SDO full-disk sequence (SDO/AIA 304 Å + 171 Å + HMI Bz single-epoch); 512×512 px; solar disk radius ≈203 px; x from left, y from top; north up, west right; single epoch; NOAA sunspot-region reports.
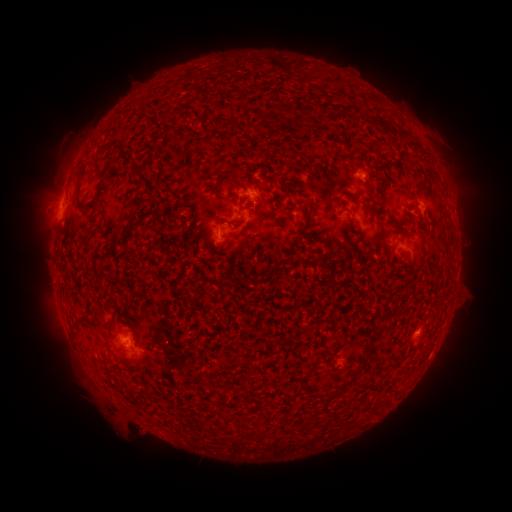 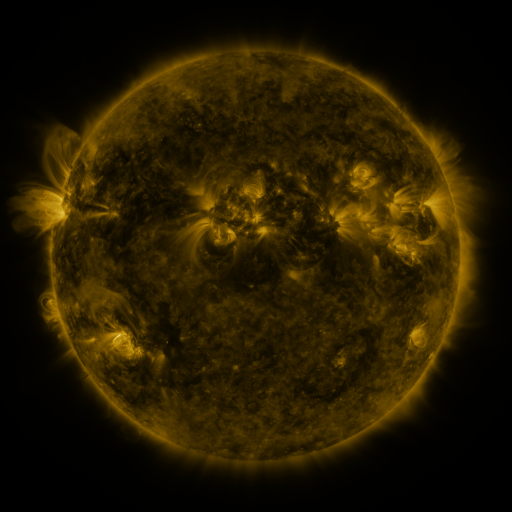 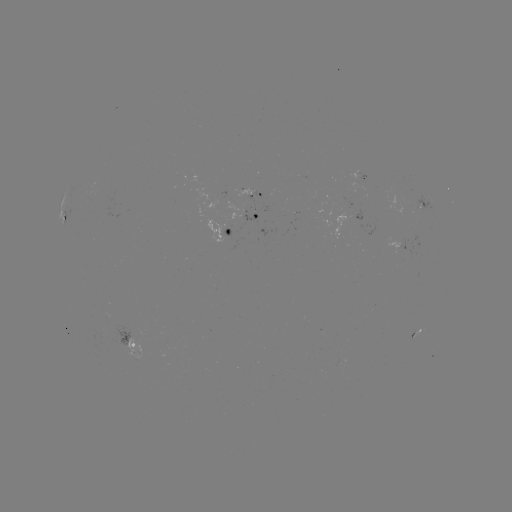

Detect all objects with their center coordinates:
spotted active region: (252, 196)
spotted active region: (422, 205)
spotted active region: (256, 217)
spotted active region: (67, 222)
spotted active region: (231, 235)
spotted active region: (417, 334)
spotted active region: (132, 343)
